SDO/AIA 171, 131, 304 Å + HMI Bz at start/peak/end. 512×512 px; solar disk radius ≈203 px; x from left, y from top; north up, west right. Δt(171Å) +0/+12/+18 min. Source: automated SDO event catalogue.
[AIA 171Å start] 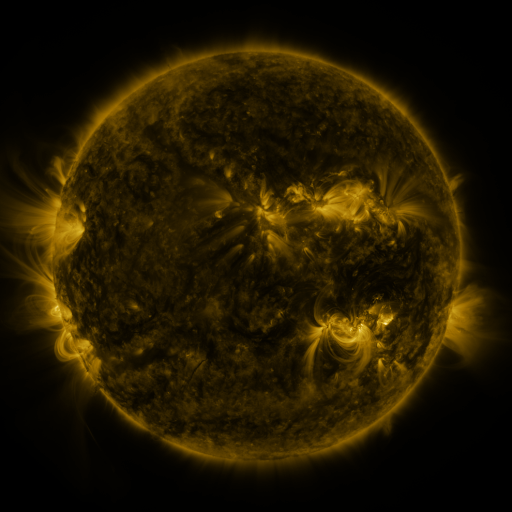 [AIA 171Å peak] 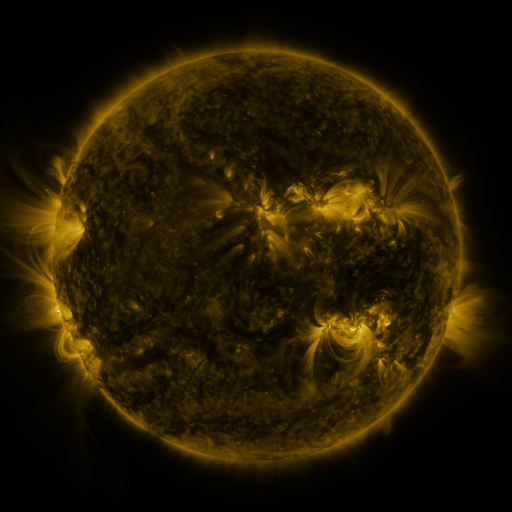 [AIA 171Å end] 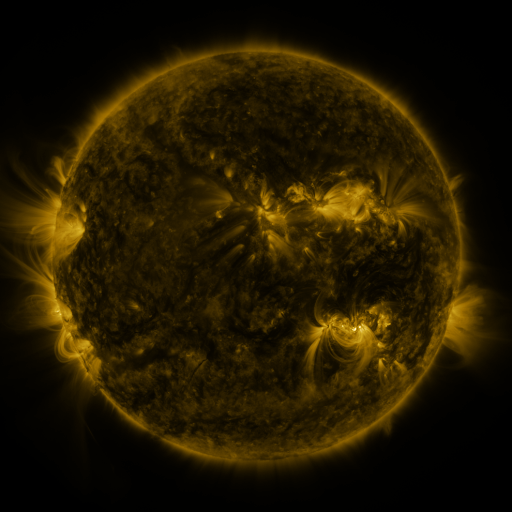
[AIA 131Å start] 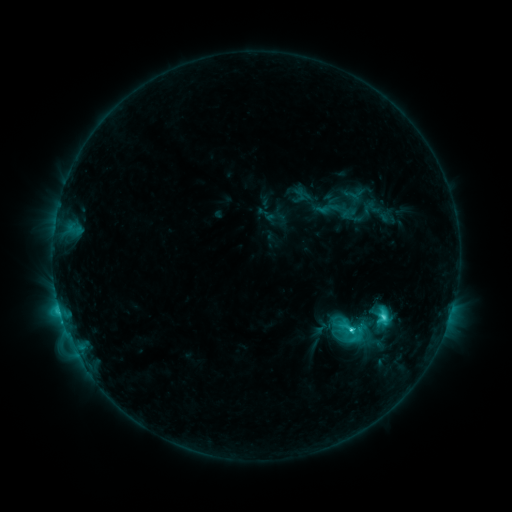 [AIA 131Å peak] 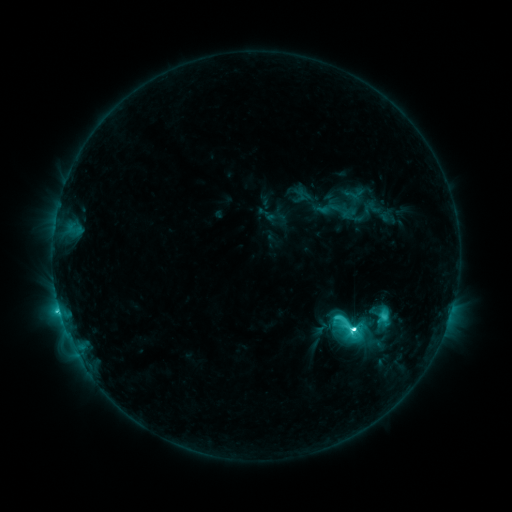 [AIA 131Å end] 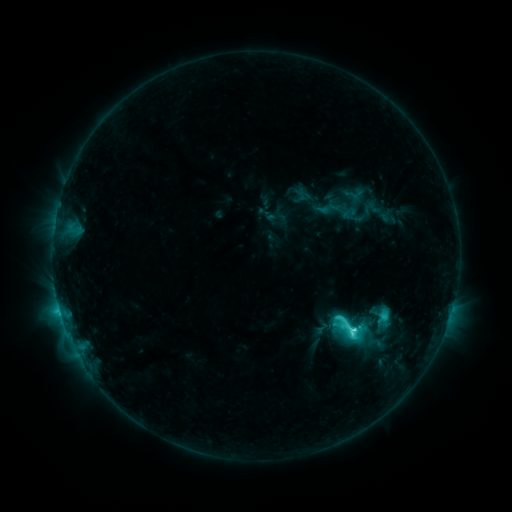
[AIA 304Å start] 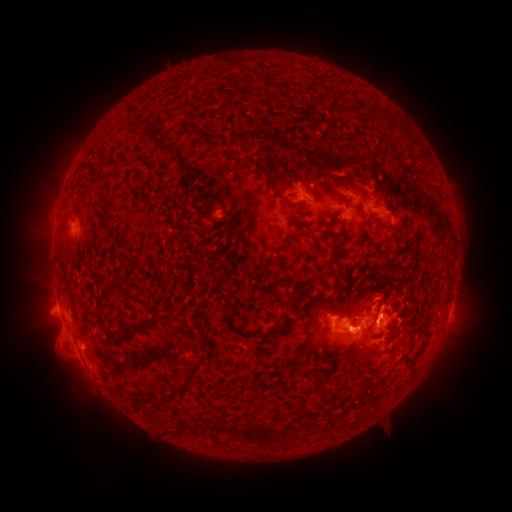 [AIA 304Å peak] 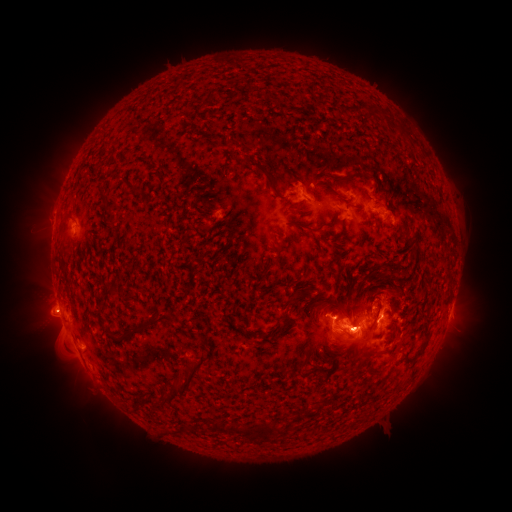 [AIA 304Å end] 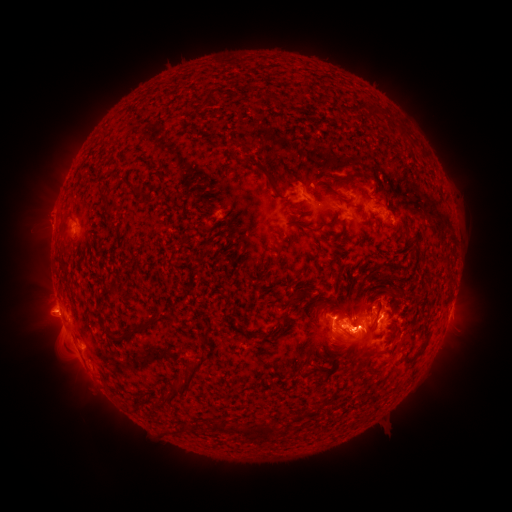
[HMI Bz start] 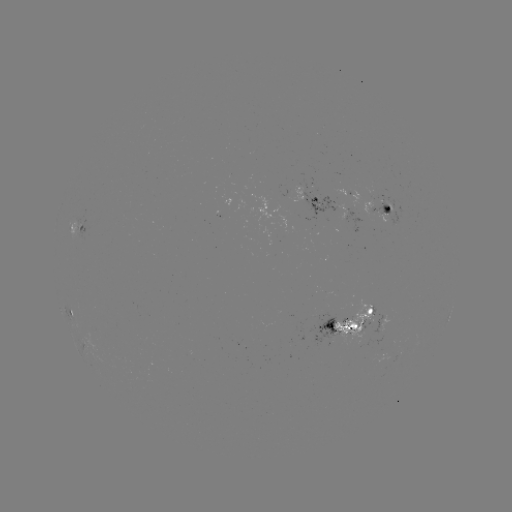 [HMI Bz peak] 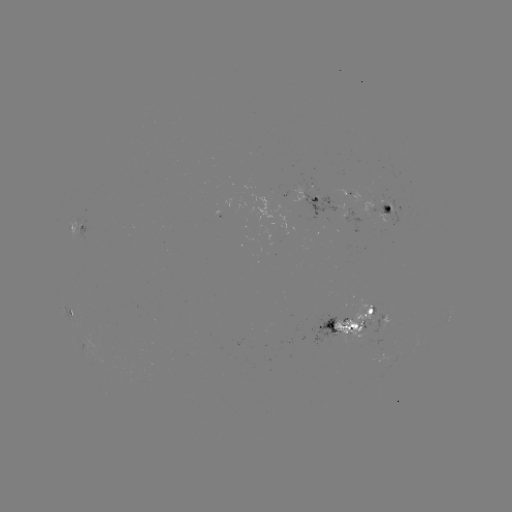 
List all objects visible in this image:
M1.1 flare: (350, 325)
